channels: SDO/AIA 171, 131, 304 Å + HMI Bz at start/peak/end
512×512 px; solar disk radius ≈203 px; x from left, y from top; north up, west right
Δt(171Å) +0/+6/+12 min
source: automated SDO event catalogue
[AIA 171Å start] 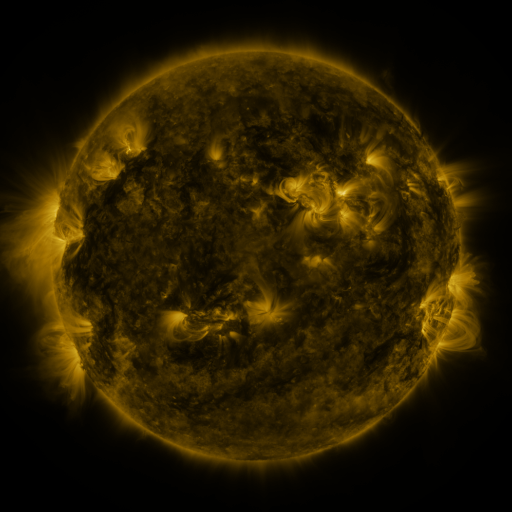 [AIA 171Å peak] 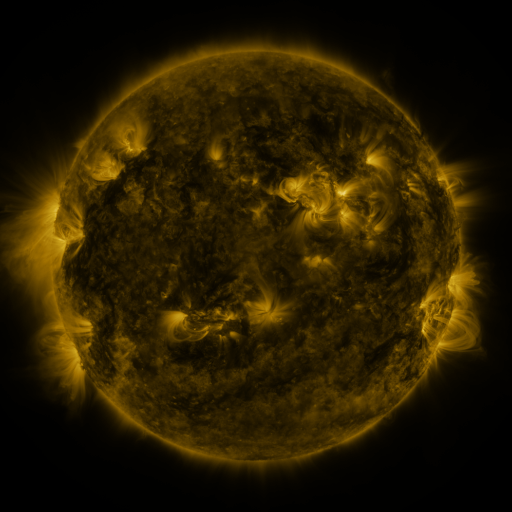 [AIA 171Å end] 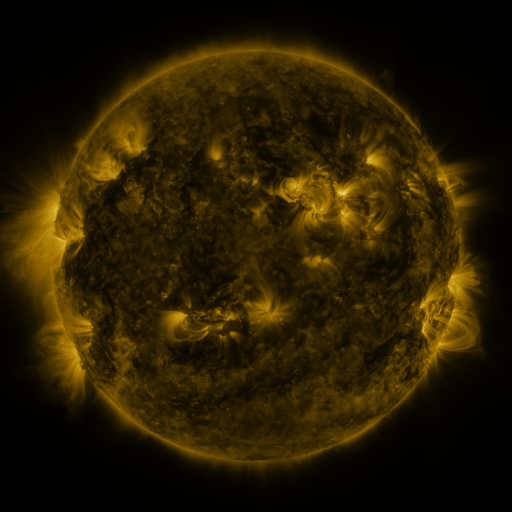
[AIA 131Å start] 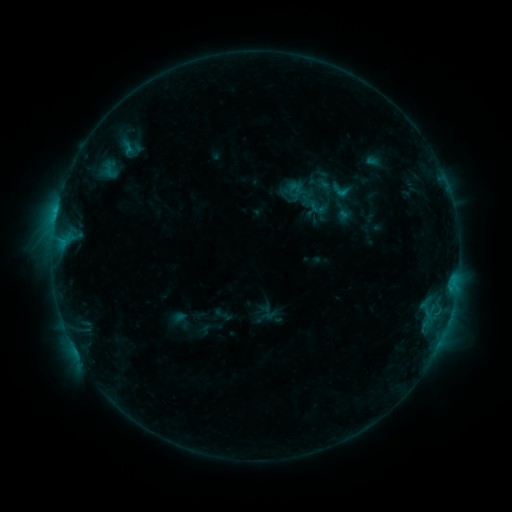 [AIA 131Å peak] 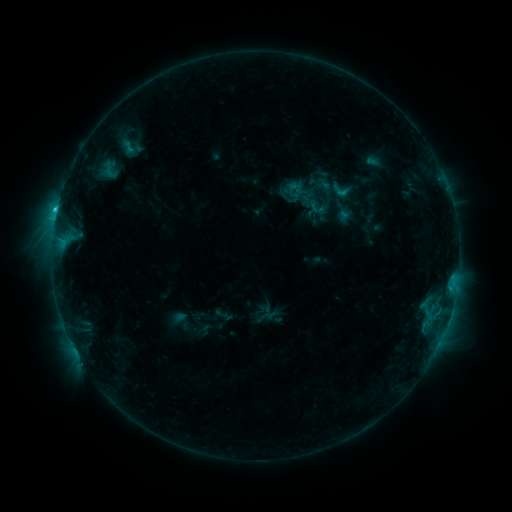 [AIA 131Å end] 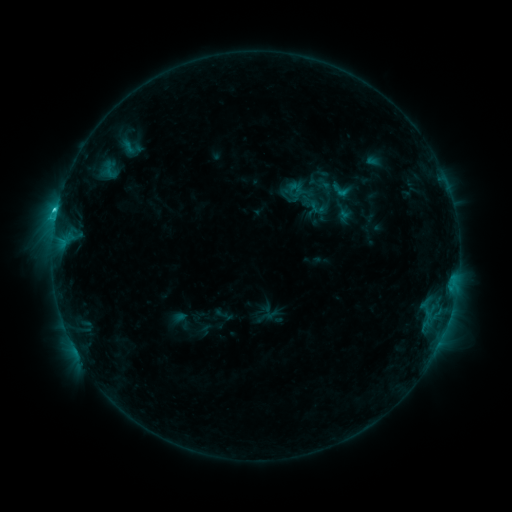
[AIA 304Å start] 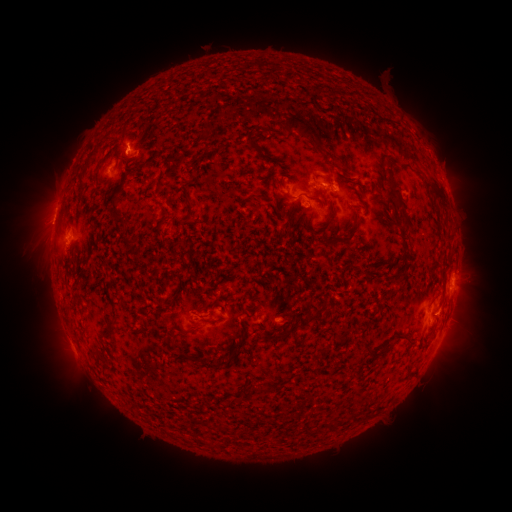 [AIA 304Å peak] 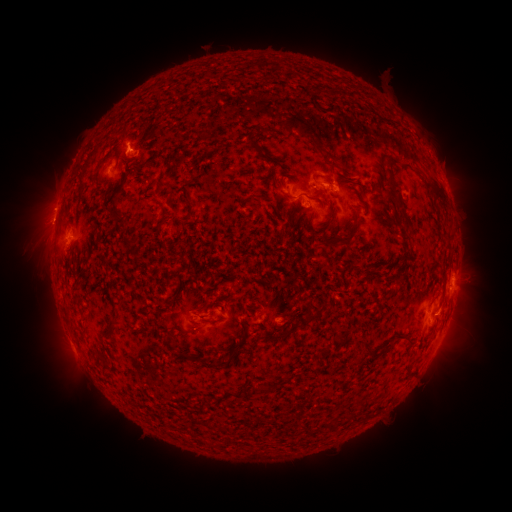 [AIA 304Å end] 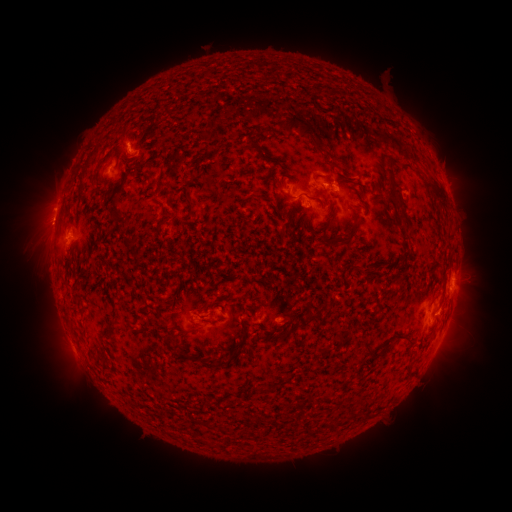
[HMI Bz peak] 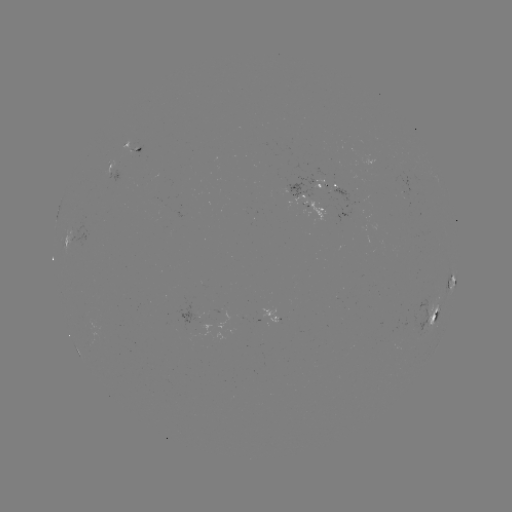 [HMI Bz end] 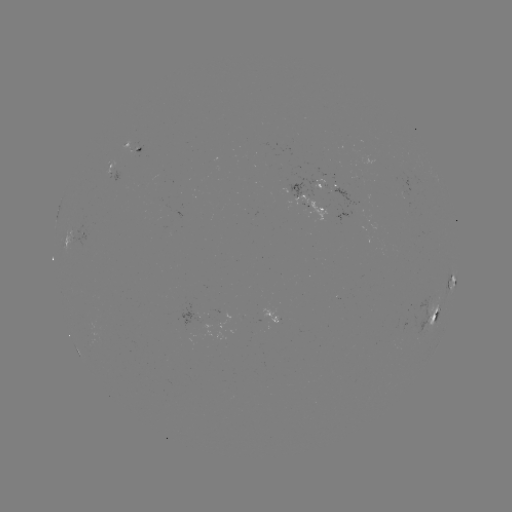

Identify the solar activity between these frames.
C1.8 flare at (57, 213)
